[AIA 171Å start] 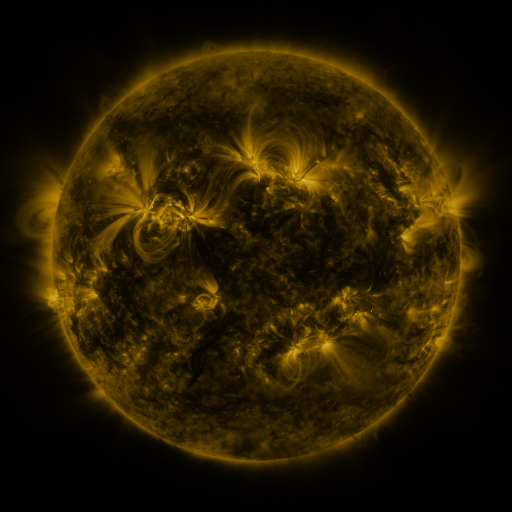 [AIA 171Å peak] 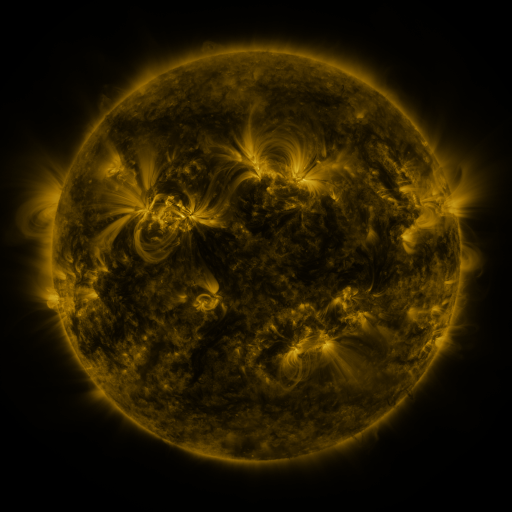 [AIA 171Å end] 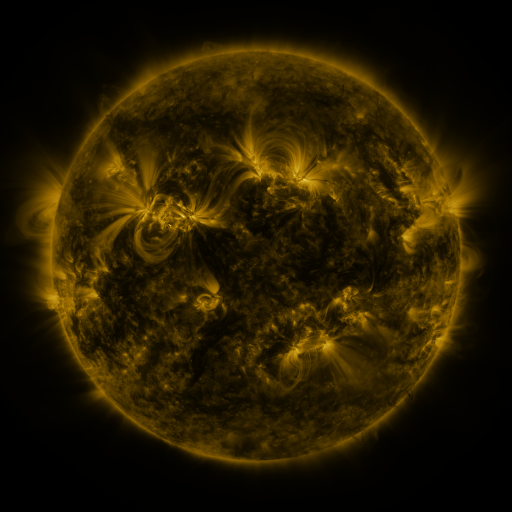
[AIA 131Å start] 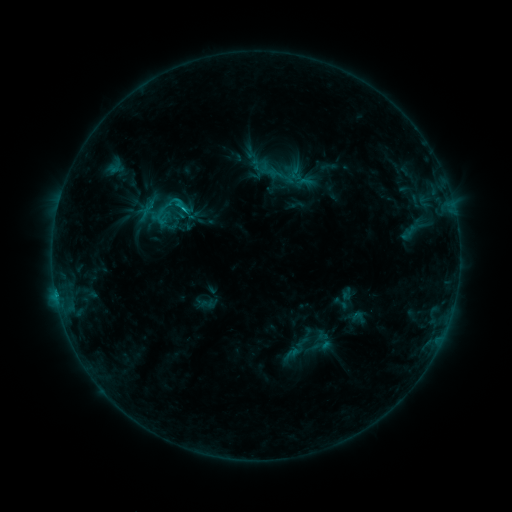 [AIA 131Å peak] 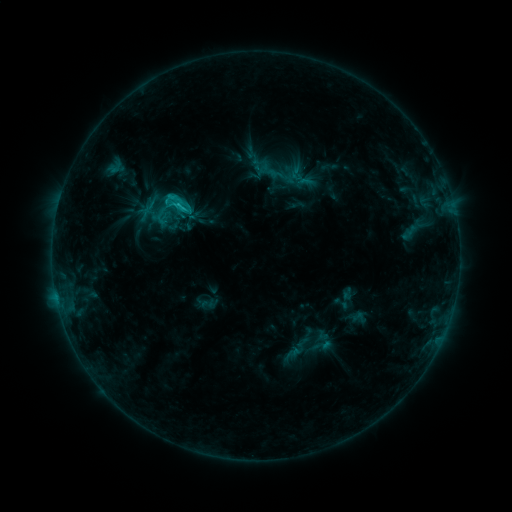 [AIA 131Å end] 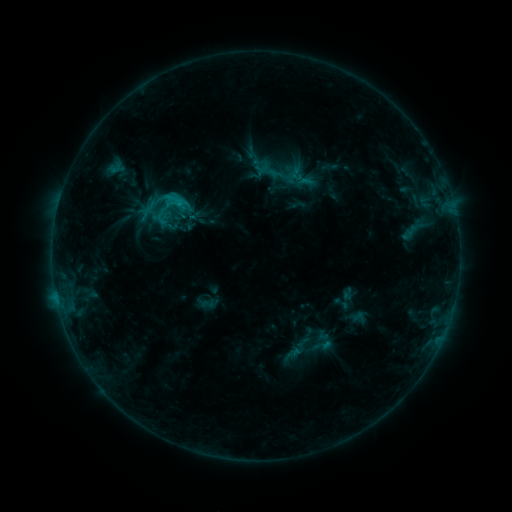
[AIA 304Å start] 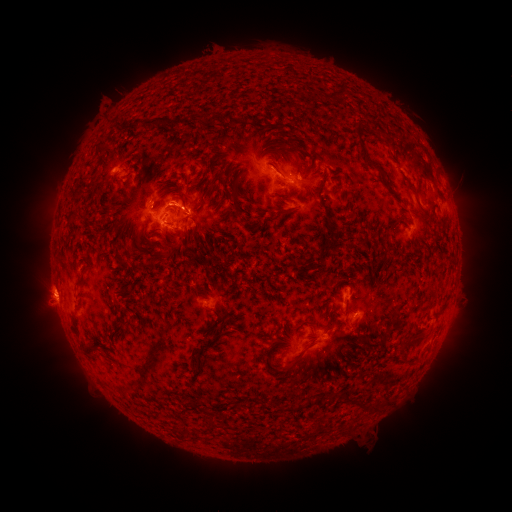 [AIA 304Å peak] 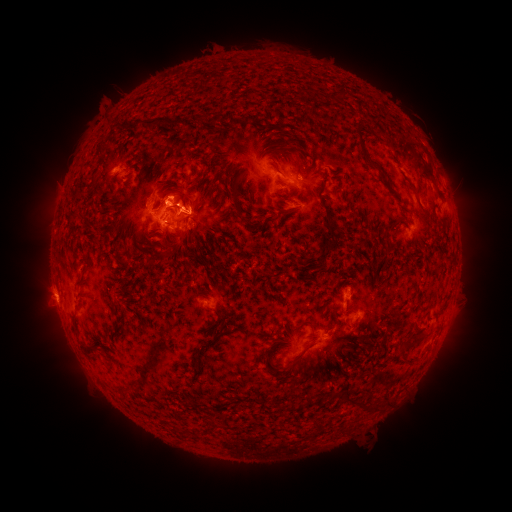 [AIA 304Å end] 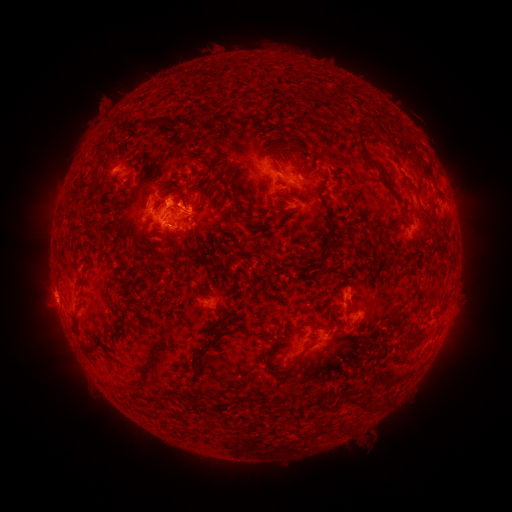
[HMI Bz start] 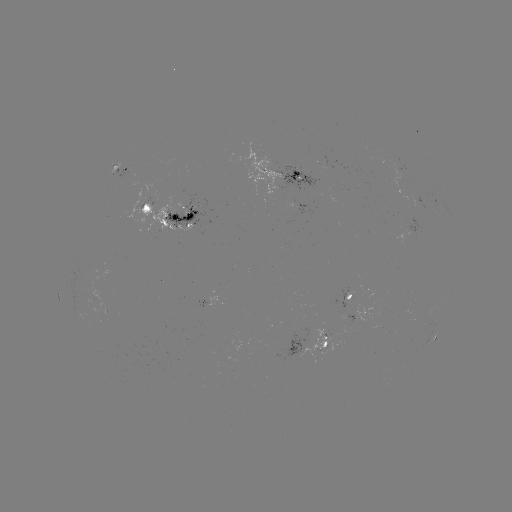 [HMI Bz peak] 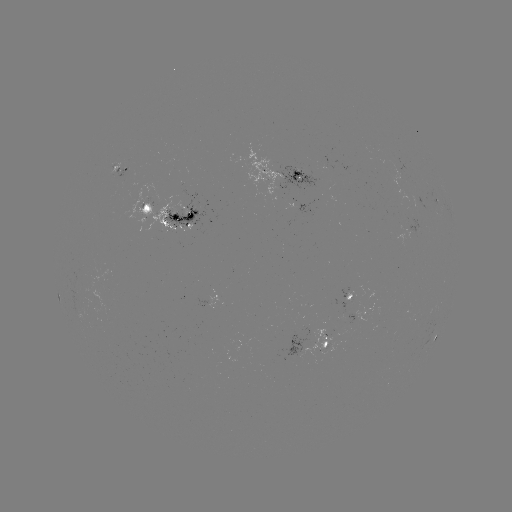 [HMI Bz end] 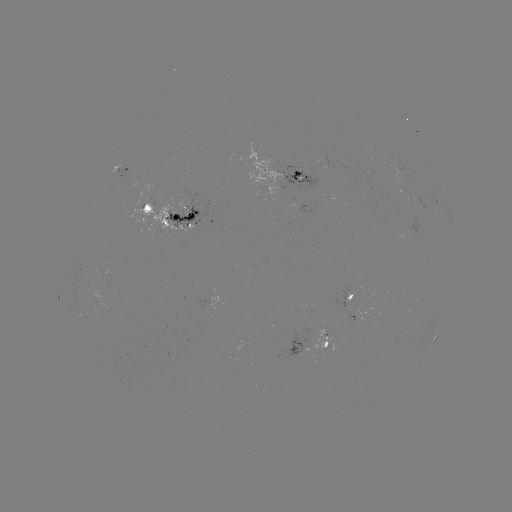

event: eruption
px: (176, 194)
